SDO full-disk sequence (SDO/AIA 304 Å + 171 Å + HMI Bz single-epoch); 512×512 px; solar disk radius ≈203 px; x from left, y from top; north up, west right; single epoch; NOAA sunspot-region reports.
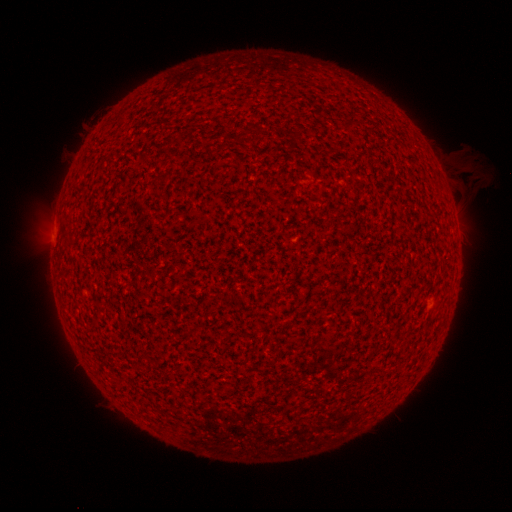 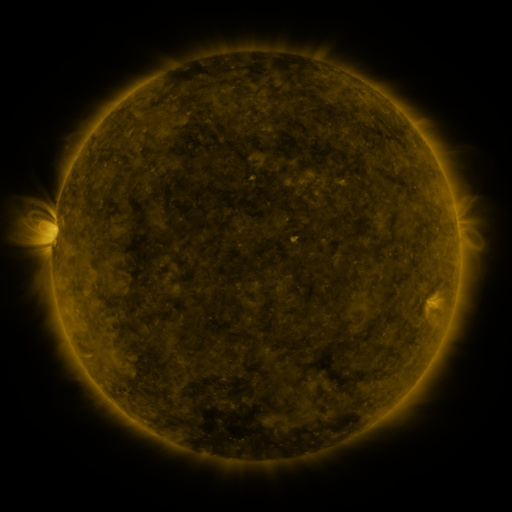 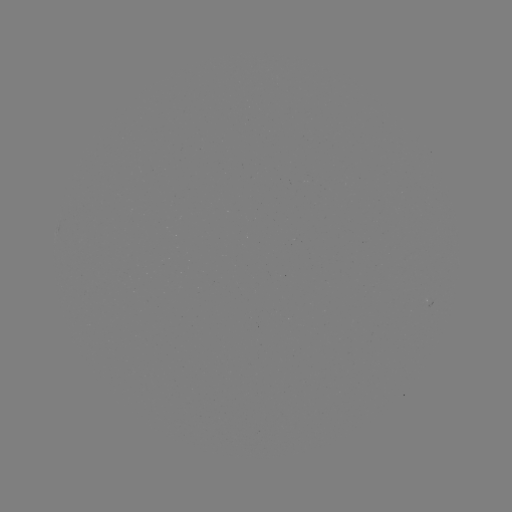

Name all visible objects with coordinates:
(none)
